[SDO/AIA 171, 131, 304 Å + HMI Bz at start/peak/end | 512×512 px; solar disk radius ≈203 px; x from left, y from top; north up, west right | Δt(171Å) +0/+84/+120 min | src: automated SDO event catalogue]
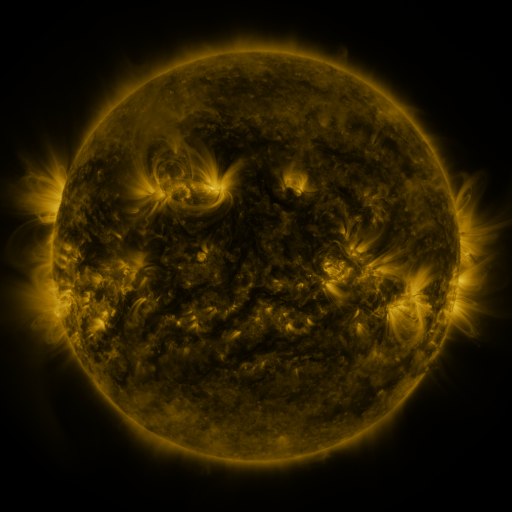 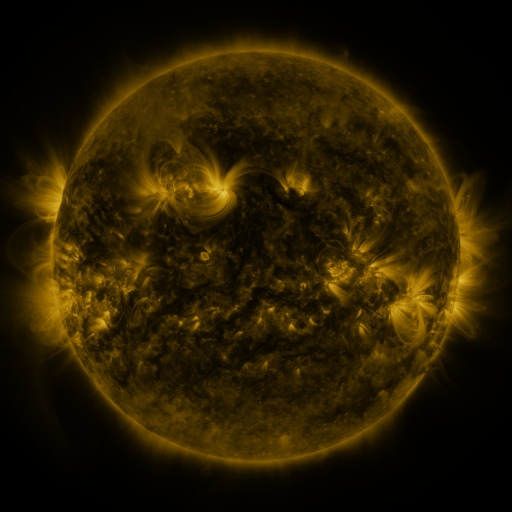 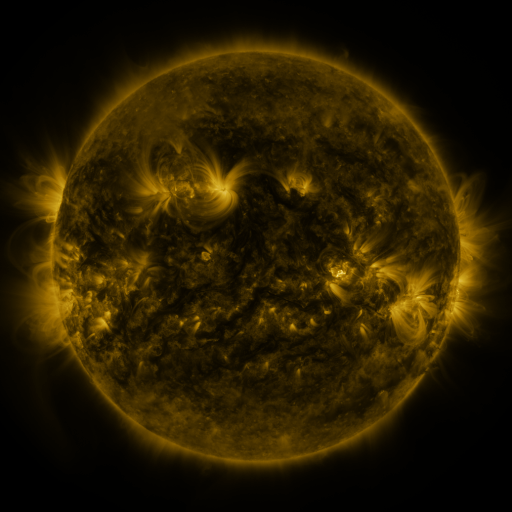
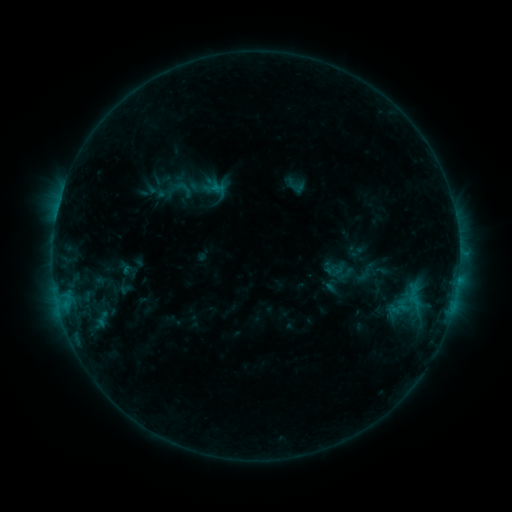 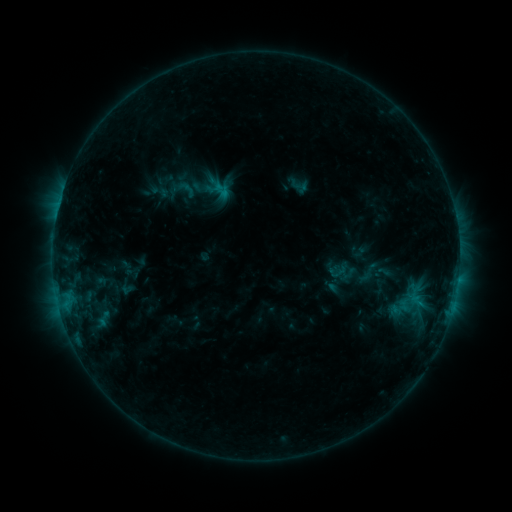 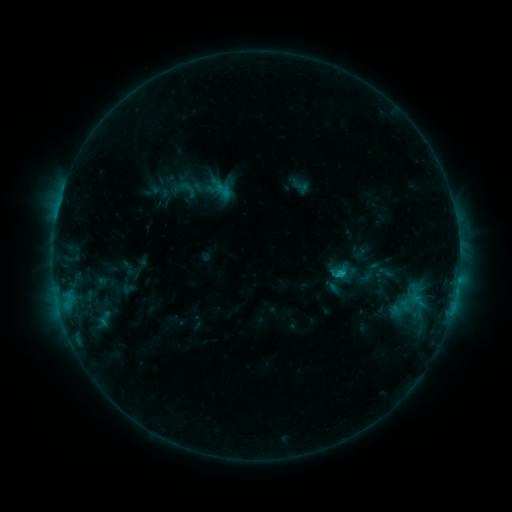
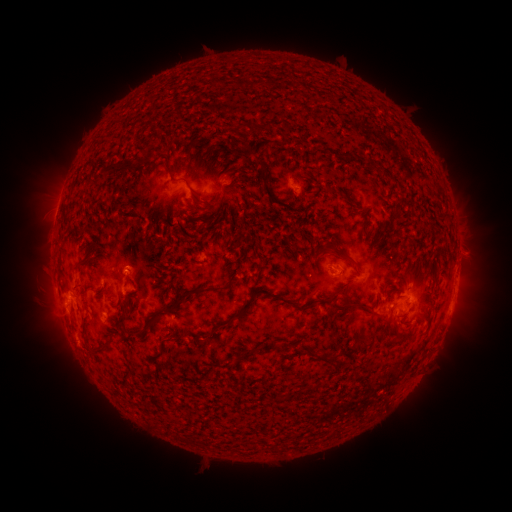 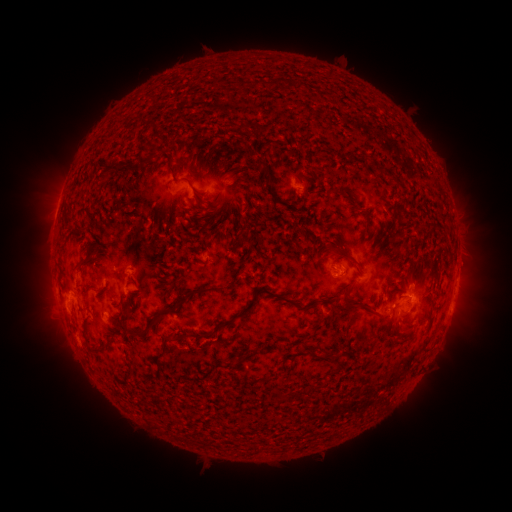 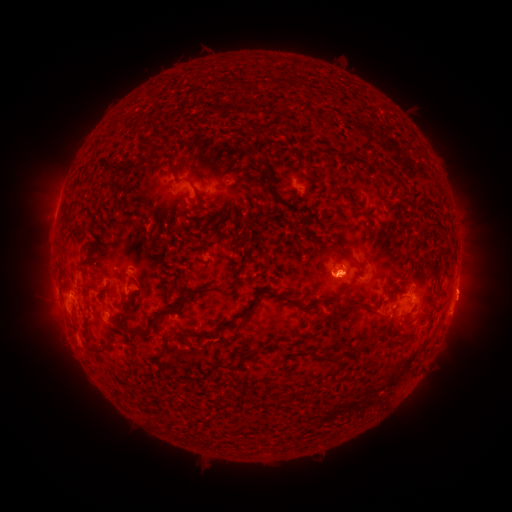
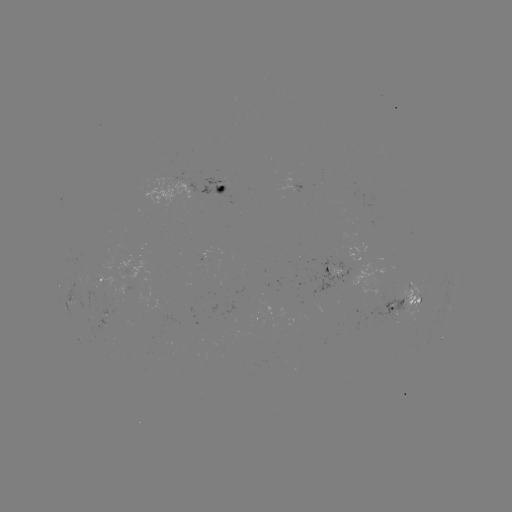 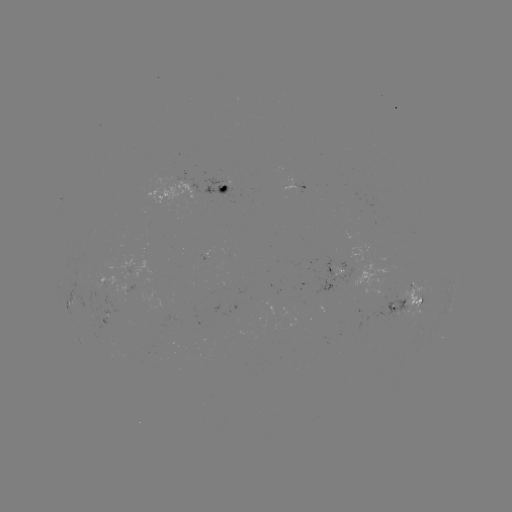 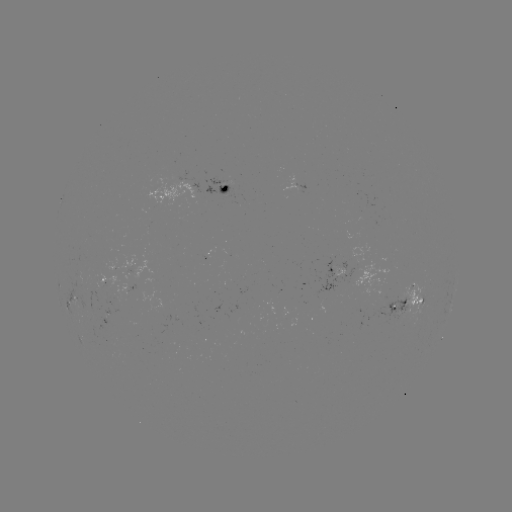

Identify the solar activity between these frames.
emerging-flux region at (114, 295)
